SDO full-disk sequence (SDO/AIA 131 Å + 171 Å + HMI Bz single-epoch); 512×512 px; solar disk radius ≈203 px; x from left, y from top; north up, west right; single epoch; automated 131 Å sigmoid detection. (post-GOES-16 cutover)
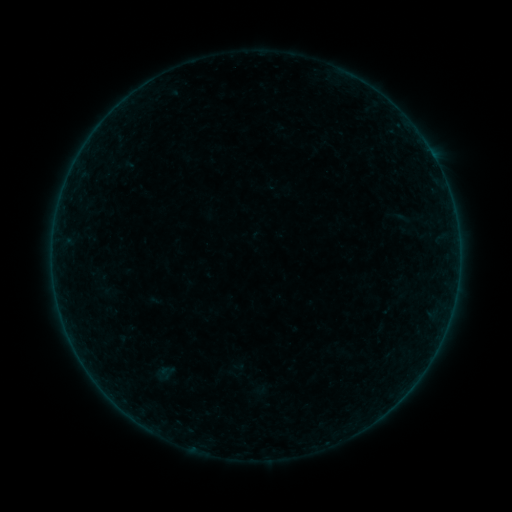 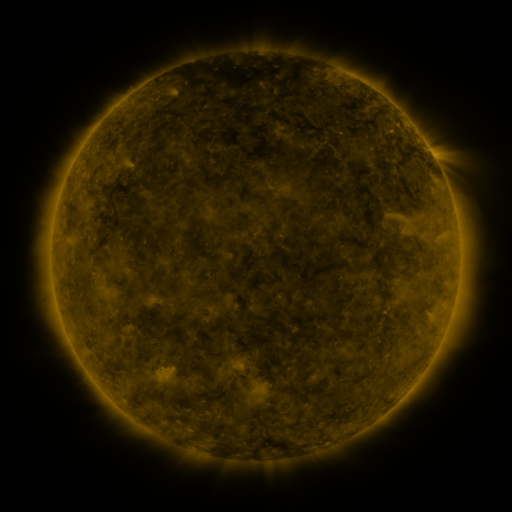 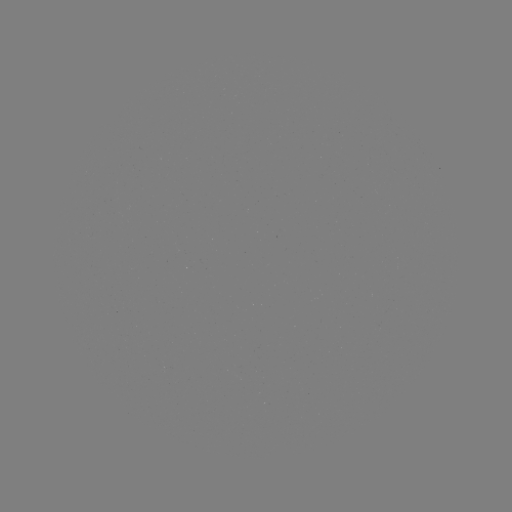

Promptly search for sigmoid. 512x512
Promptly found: (396, 216).